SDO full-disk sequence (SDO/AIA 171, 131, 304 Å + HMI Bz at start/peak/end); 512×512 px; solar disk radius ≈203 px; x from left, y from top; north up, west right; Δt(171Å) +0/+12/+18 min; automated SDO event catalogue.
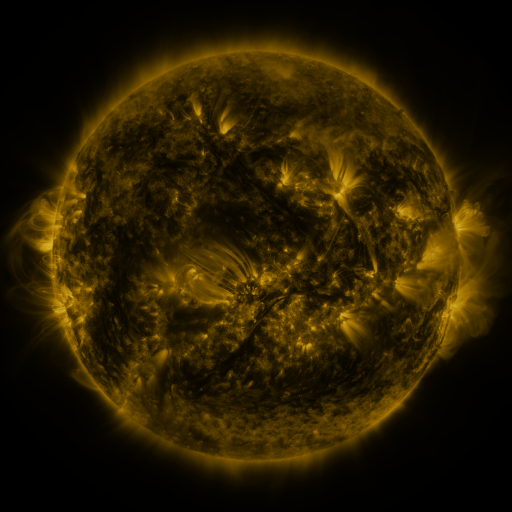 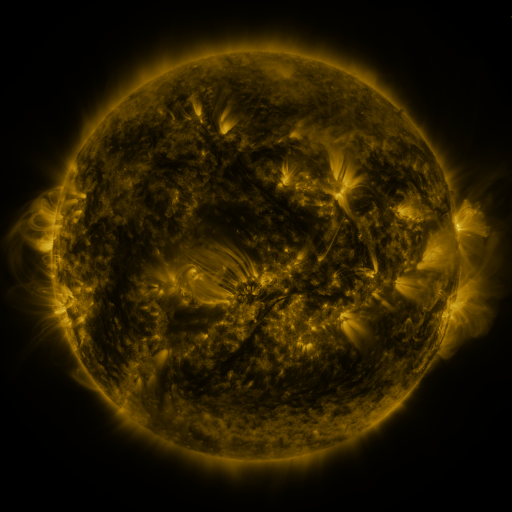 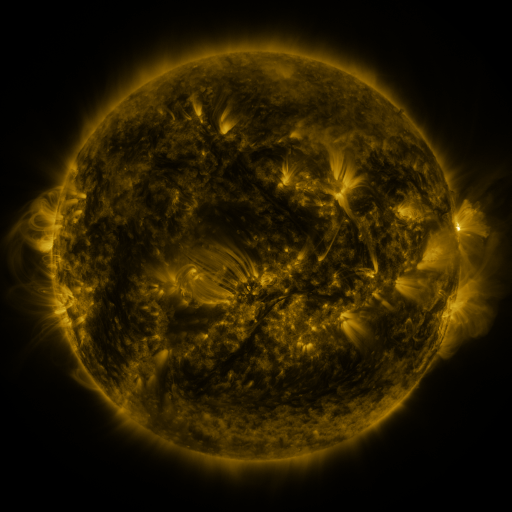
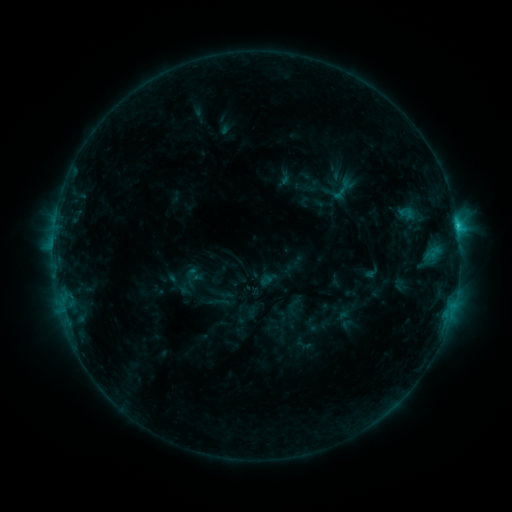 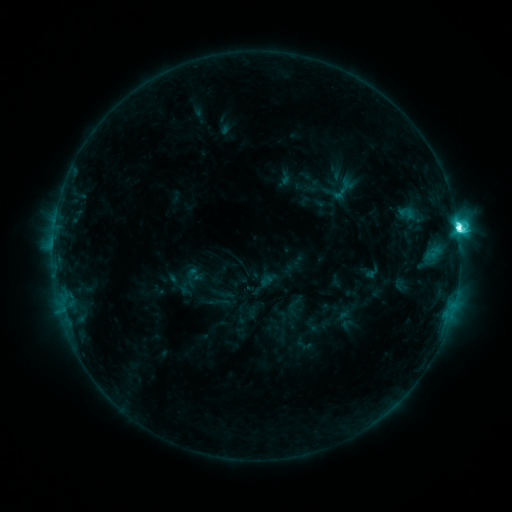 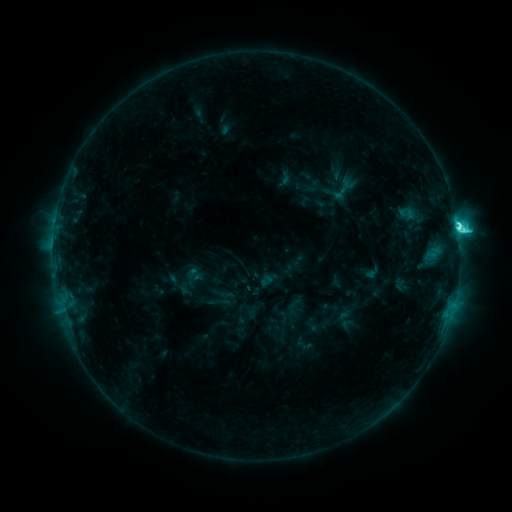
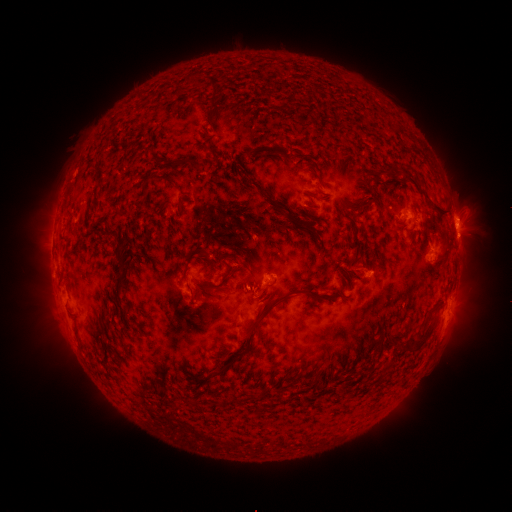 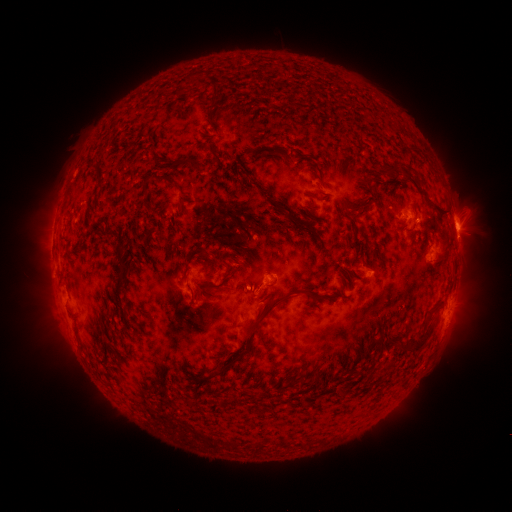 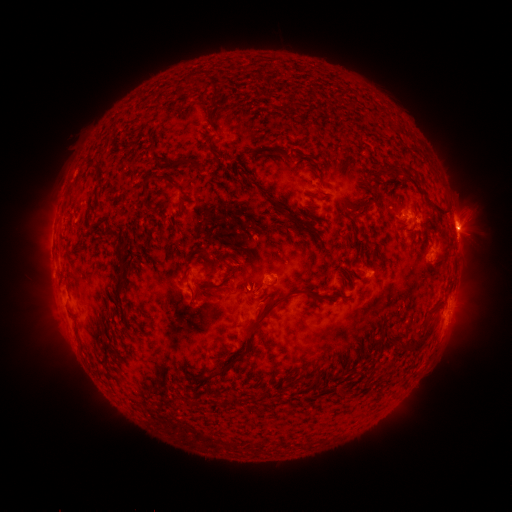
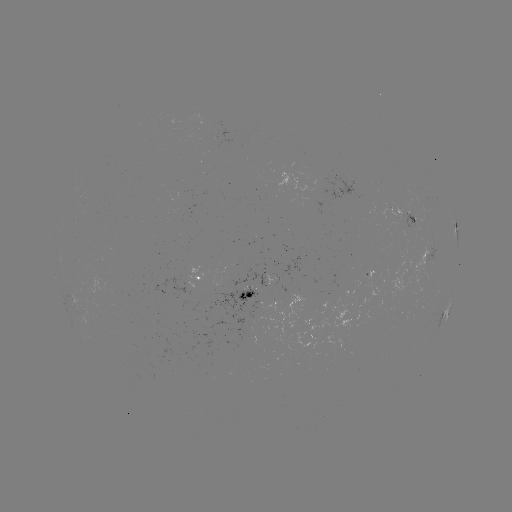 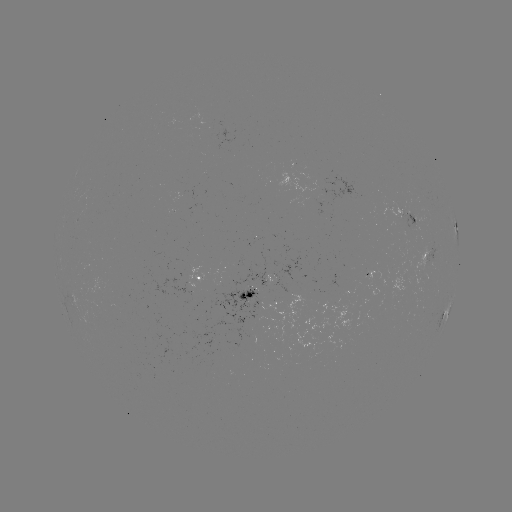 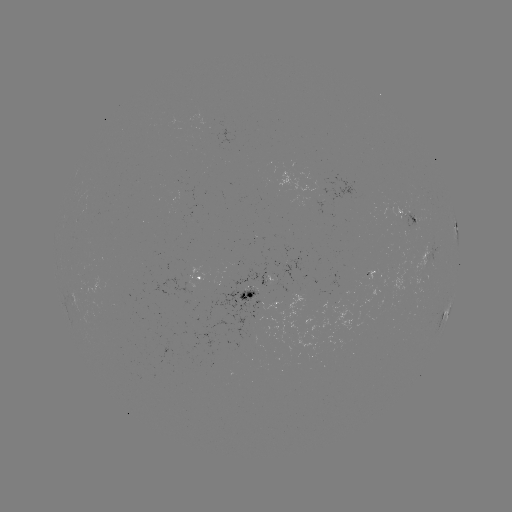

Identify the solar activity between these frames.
C9.7 flare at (457, 231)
